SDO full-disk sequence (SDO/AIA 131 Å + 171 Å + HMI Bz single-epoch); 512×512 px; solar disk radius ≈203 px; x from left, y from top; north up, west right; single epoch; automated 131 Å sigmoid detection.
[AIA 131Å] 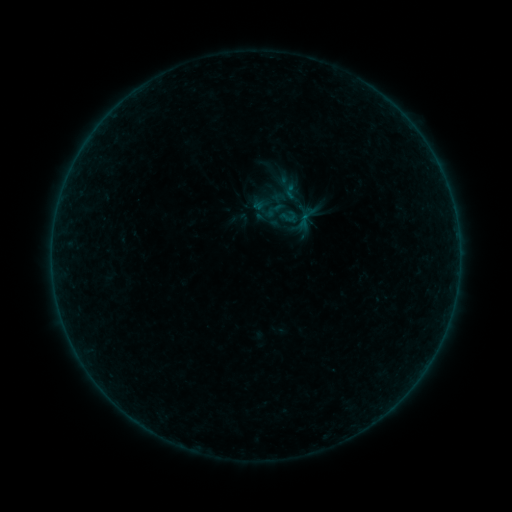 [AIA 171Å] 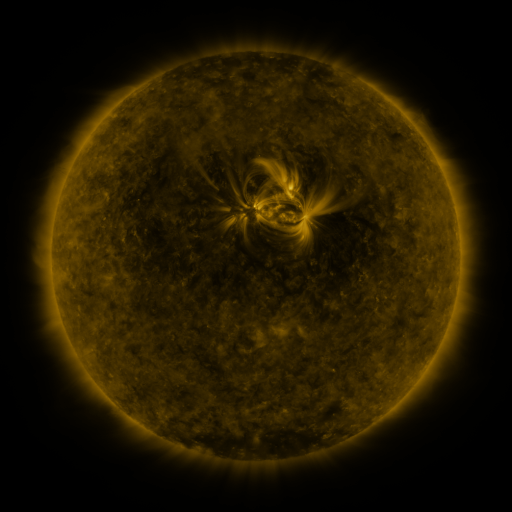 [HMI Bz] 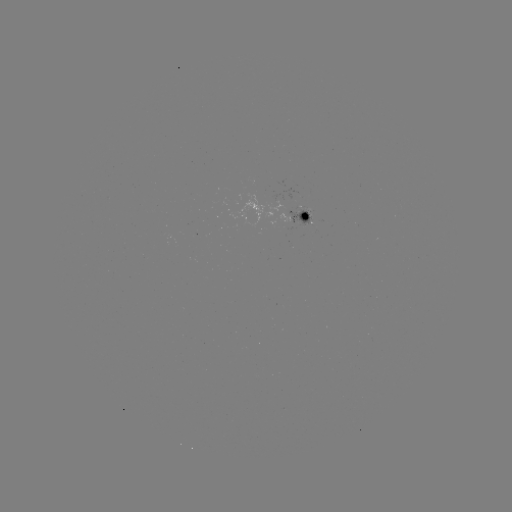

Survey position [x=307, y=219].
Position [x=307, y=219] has sigmoid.